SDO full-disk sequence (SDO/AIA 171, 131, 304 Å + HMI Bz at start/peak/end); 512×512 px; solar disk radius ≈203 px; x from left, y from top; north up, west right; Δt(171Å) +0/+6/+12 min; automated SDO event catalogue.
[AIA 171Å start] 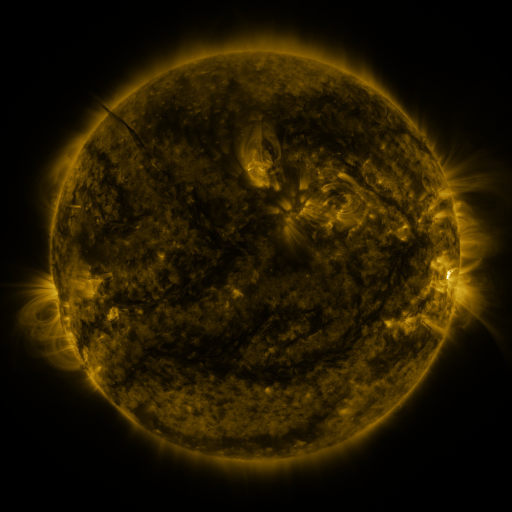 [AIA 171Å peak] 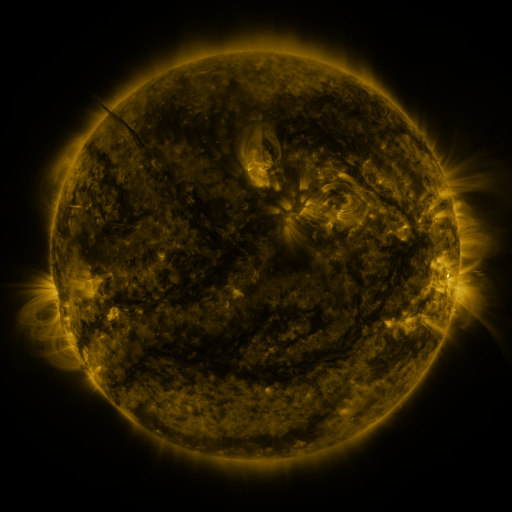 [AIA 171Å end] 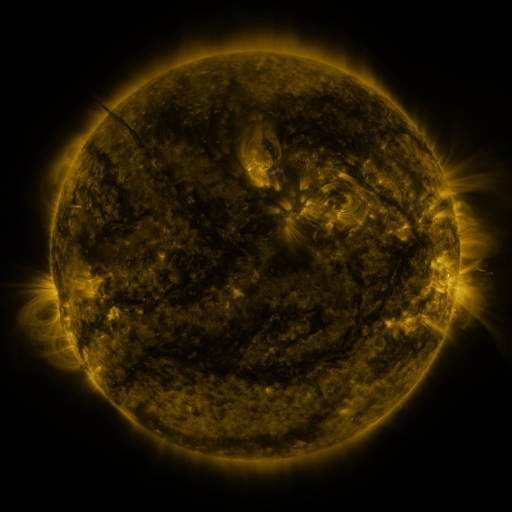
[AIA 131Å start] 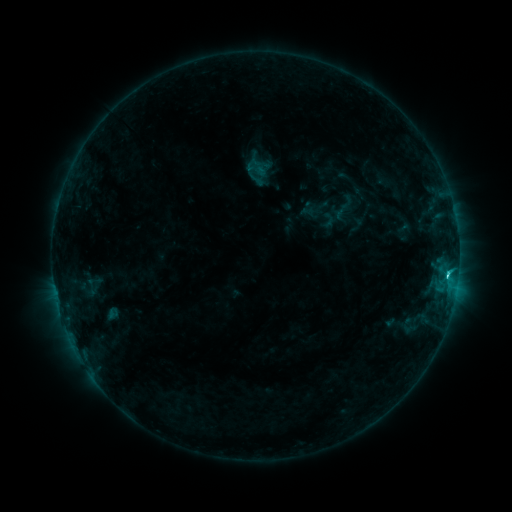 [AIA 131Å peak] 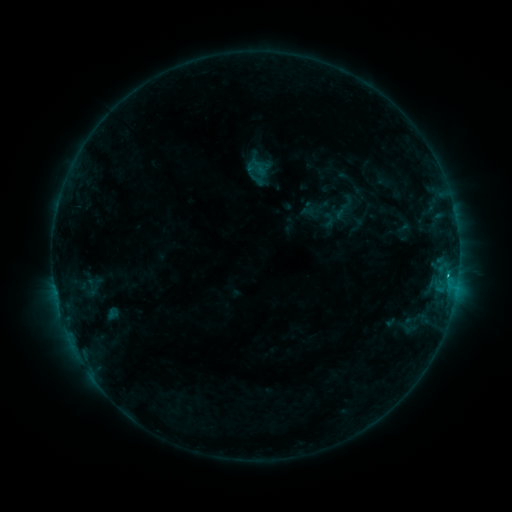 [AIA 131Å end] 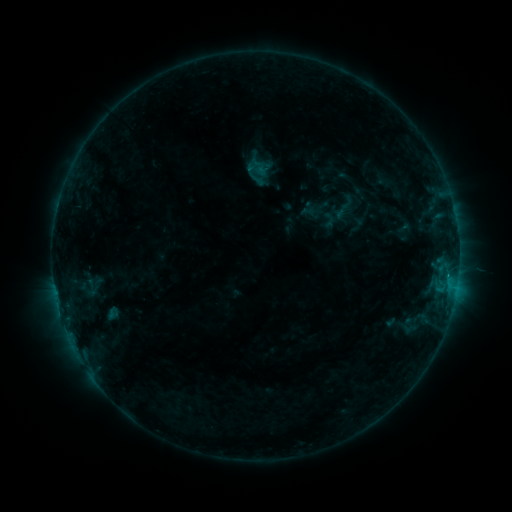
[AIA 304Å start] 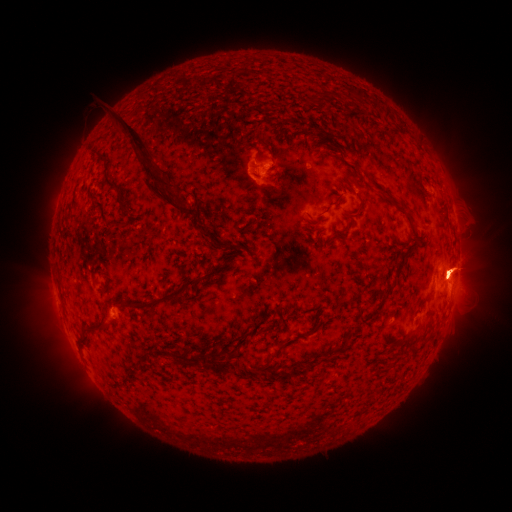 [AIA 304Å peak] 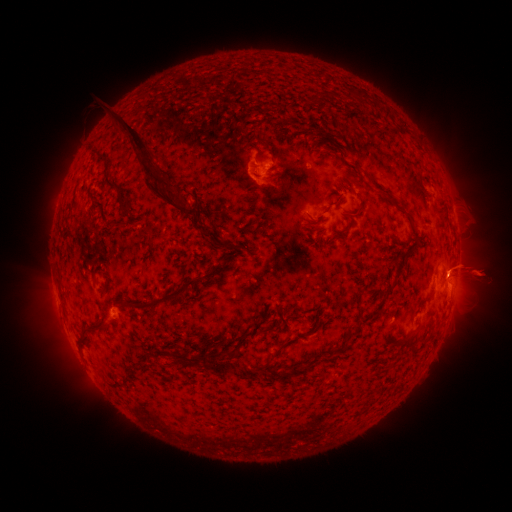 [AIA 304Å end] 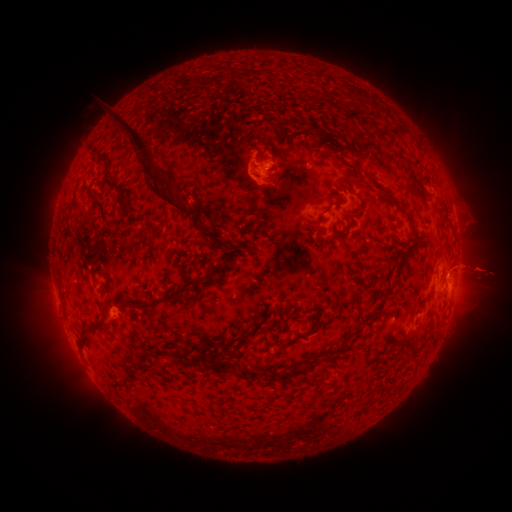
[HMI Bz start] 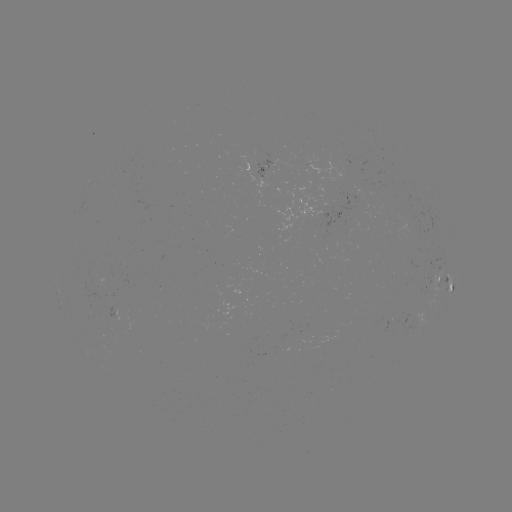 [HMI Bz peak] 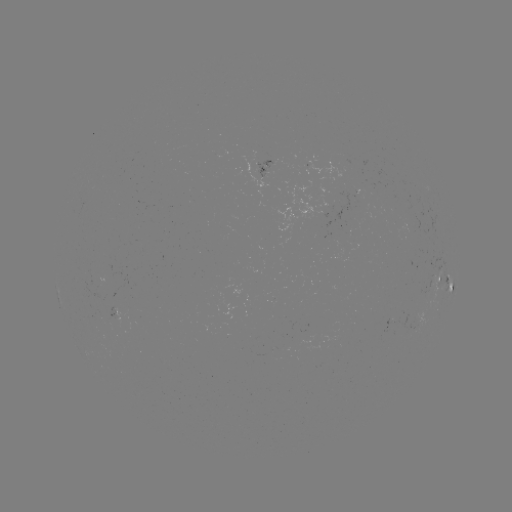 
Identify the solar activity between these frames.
eruption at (476, 273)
